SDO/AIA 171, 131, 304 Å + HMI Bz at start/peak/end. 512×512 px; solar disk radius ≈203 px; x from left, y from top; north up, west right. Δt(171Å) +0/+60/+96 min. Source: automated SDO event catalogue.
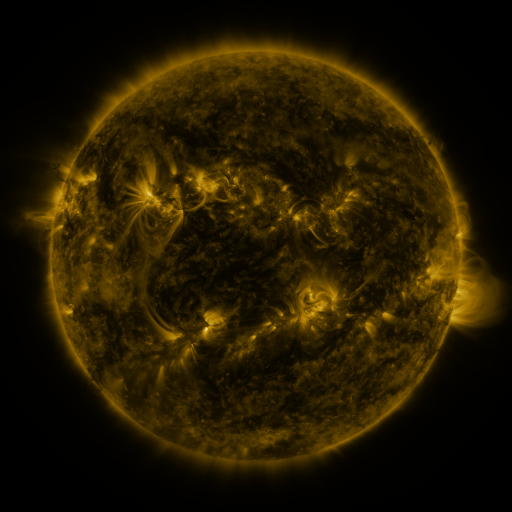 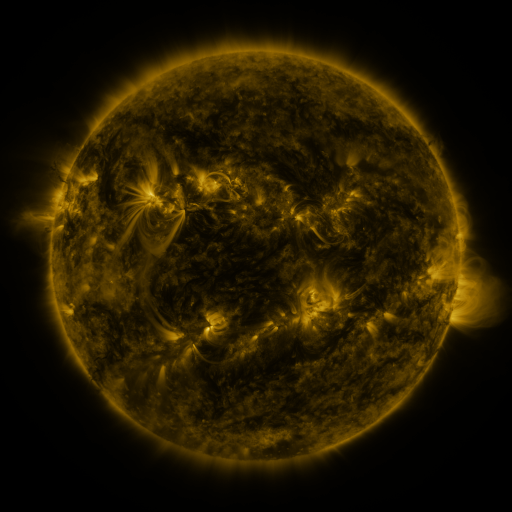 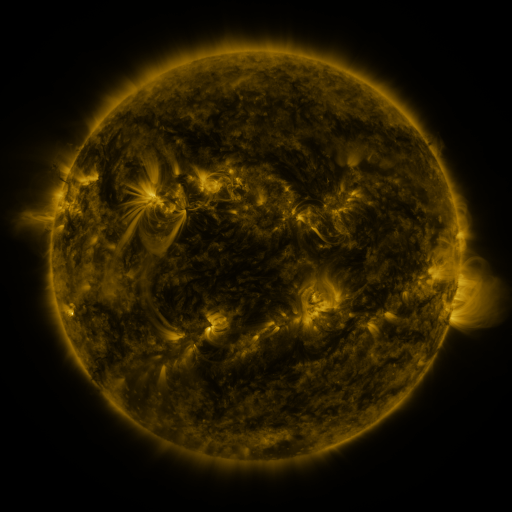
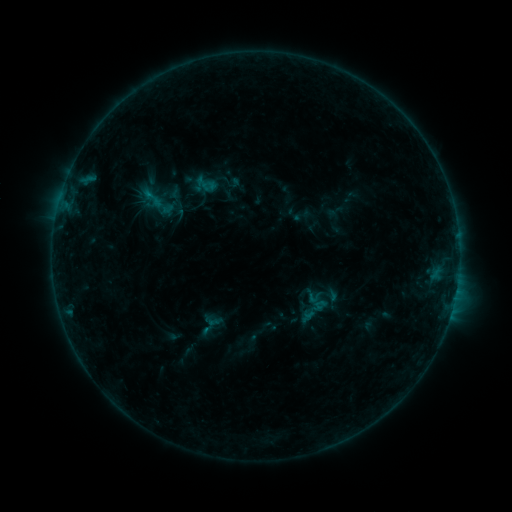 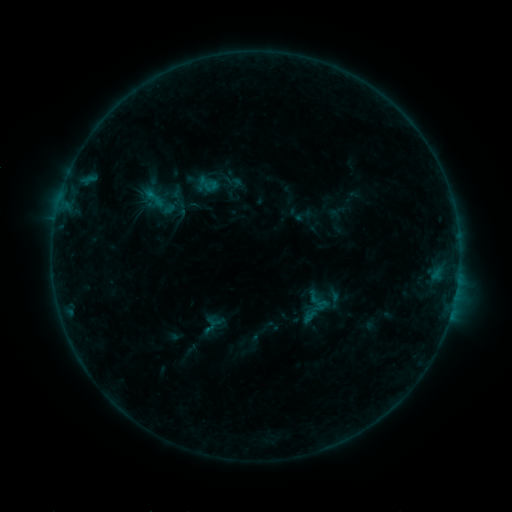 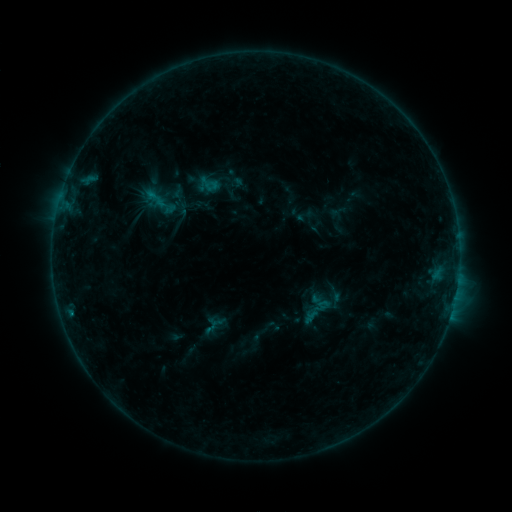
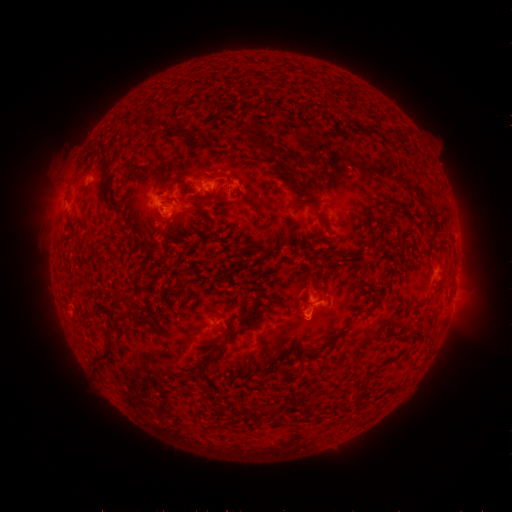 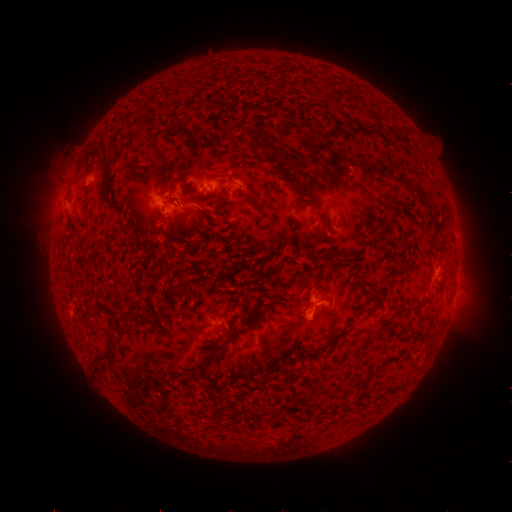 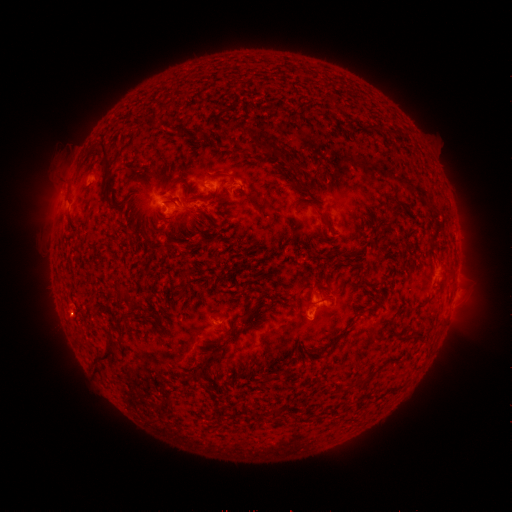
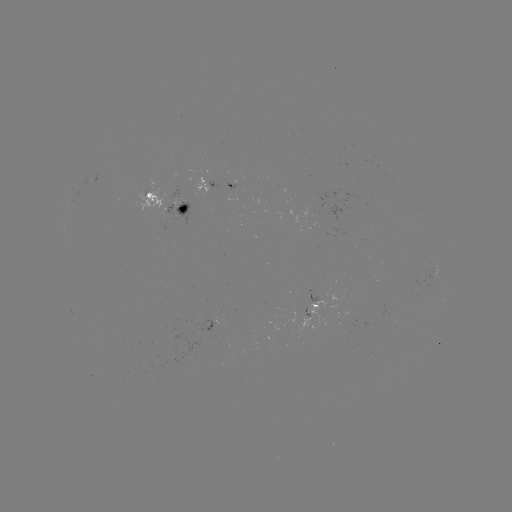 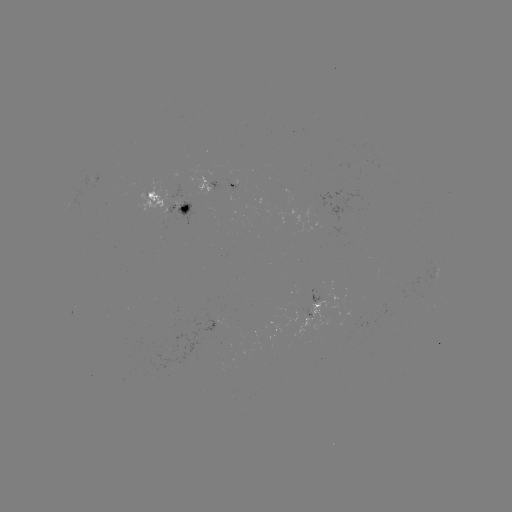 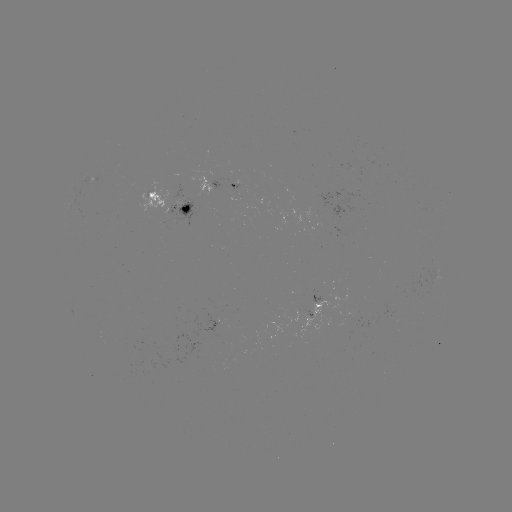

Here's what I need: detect emerging-flux region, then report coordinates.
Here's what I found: emerging-flux region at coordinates (322, 230).